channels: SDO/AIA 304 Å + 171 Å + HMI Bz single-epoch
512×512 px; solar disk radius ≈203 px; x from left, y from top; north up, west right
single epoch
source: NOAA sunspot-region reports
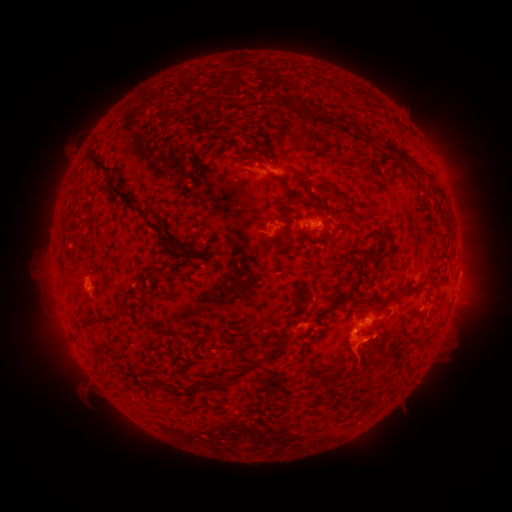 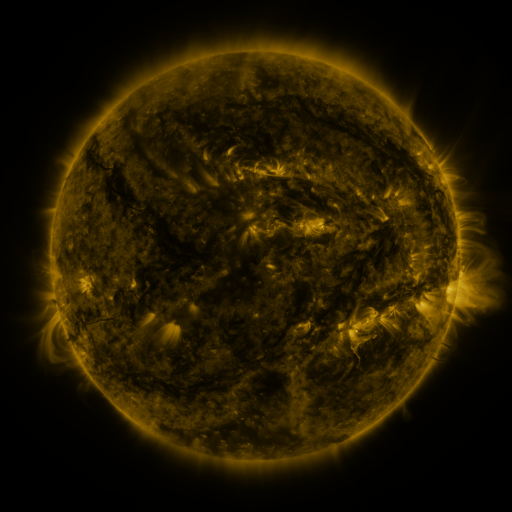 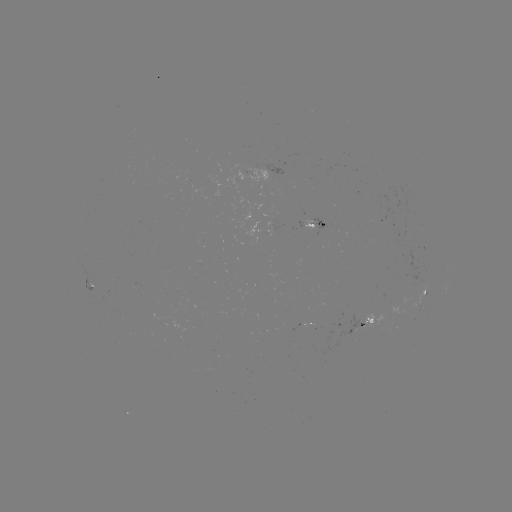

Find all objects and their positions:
spotted active region: (318, 225)
spotted active region: (266, 232)
spotted active region: (426, 295)
spotted active region: (305, 323)
spotted active region: (367, 324)
